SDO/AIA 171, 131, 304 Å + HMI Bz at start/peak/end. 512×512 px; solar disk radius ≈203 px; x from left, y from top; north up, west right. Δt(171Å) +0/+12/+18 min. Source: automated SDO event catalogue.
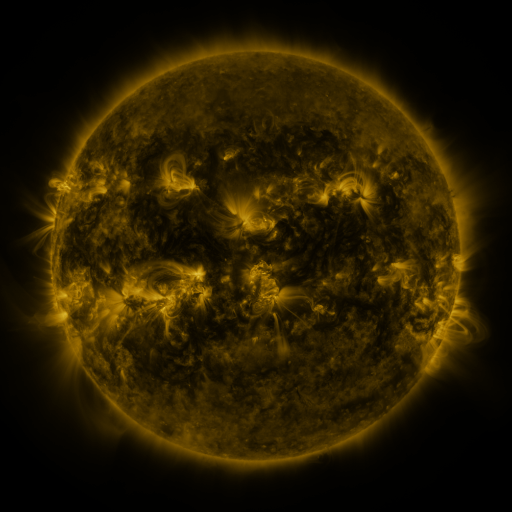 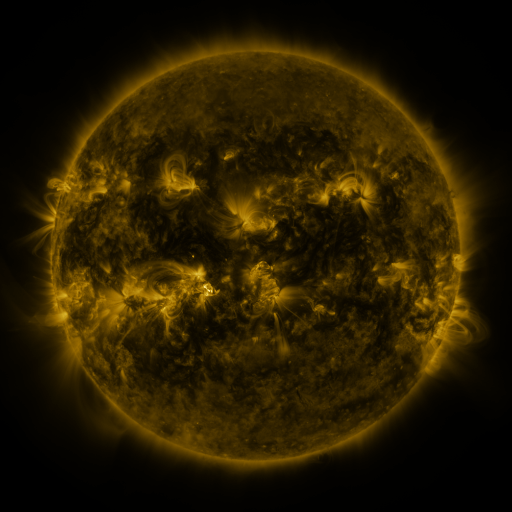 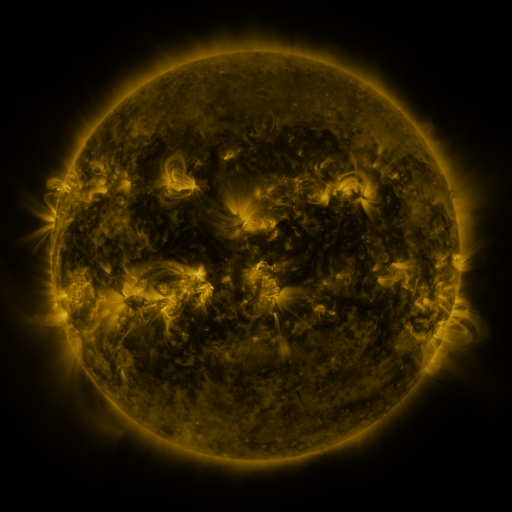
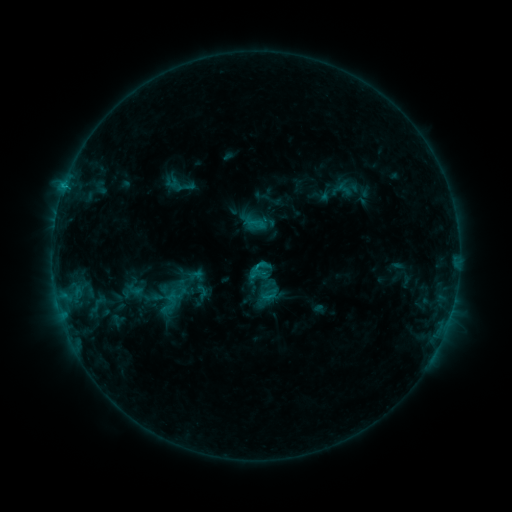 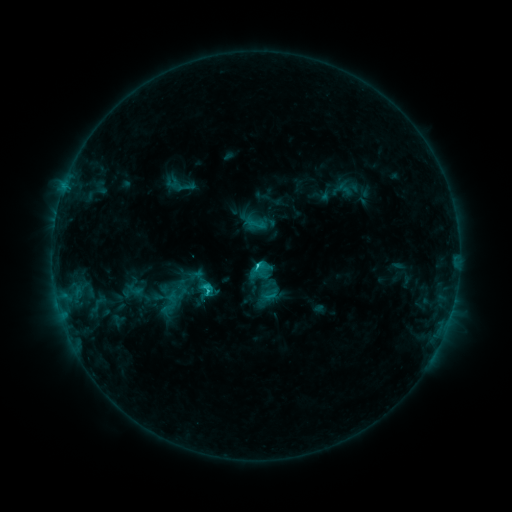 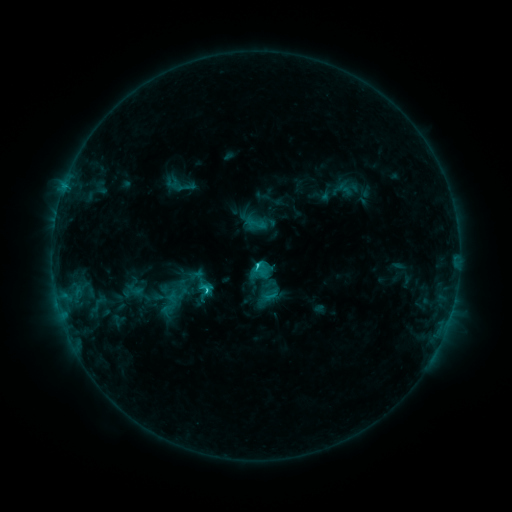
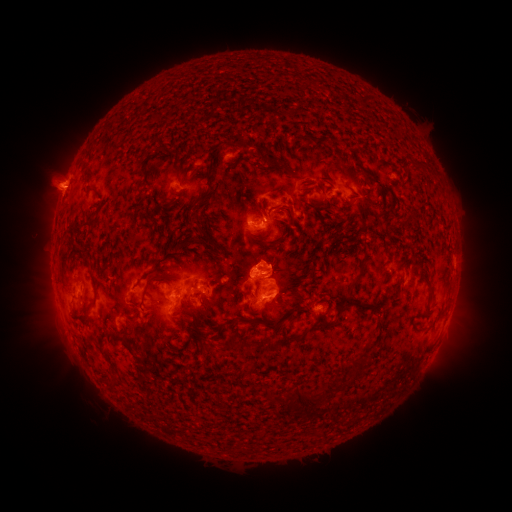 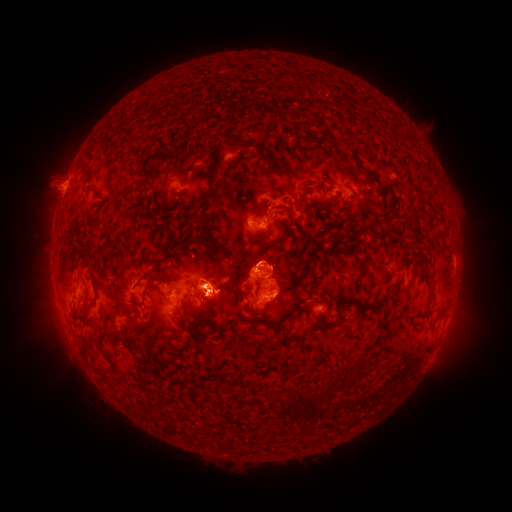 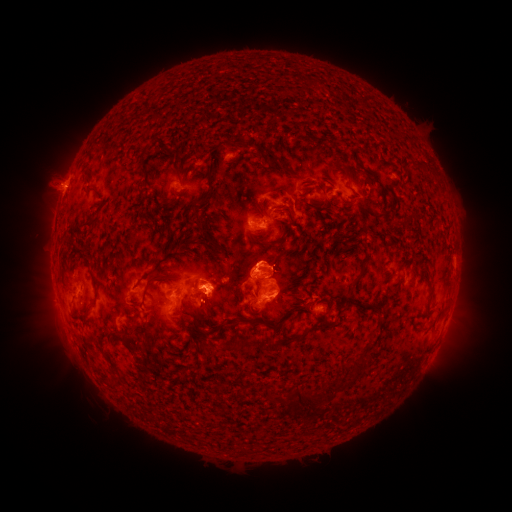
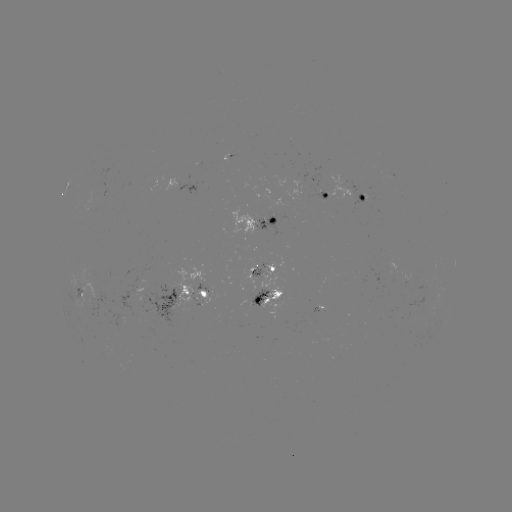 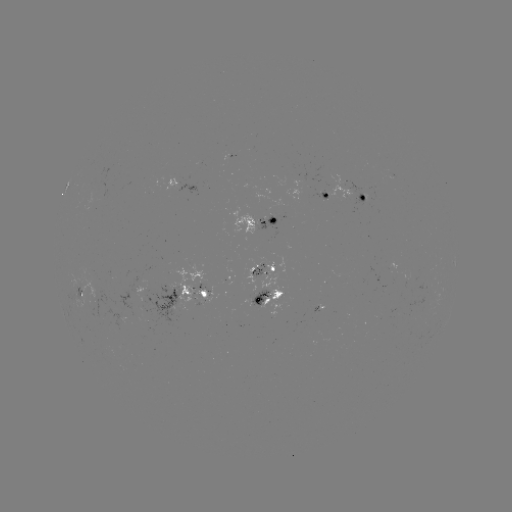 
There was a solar flare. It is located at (256, 264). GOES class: C2.9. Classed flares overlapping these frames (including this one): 1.